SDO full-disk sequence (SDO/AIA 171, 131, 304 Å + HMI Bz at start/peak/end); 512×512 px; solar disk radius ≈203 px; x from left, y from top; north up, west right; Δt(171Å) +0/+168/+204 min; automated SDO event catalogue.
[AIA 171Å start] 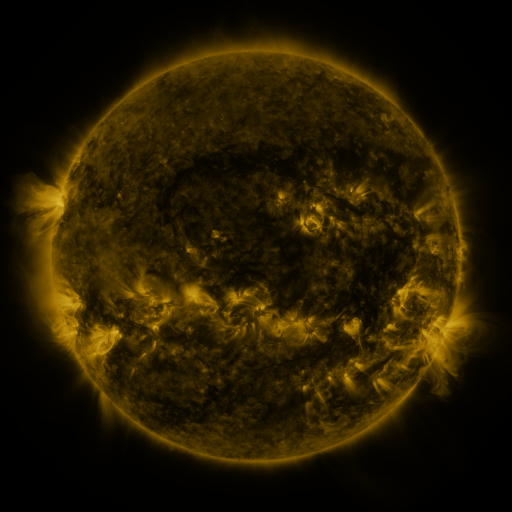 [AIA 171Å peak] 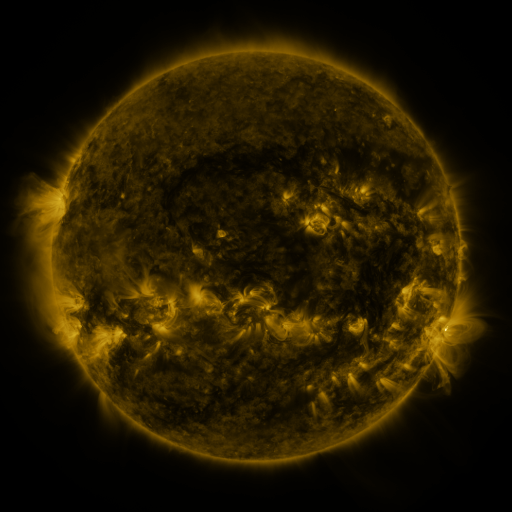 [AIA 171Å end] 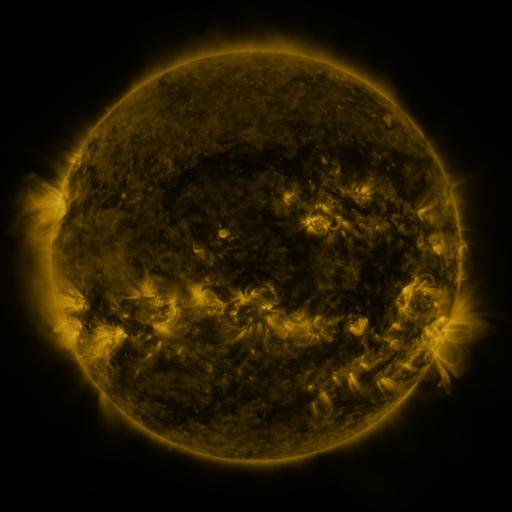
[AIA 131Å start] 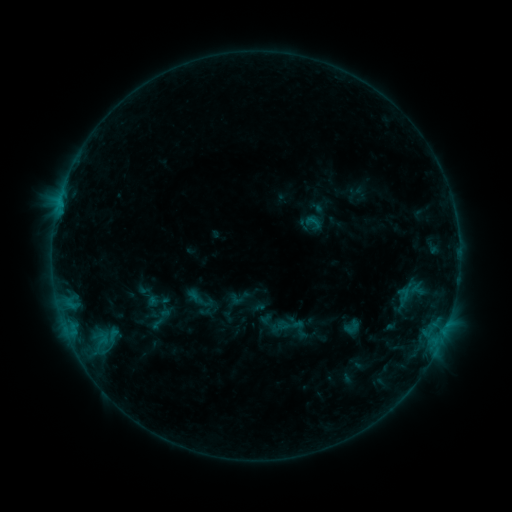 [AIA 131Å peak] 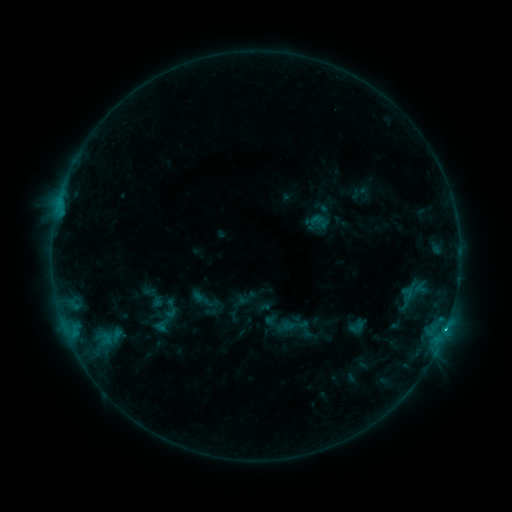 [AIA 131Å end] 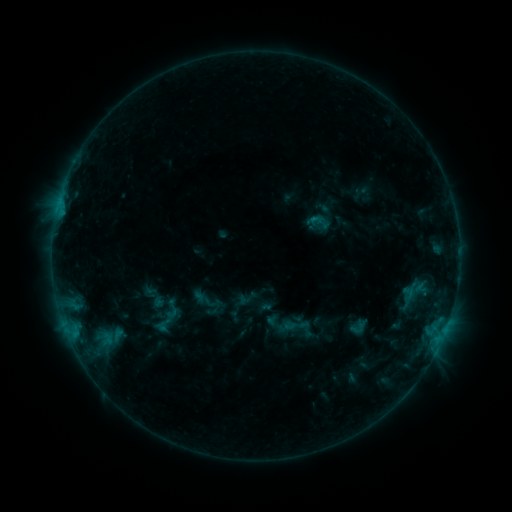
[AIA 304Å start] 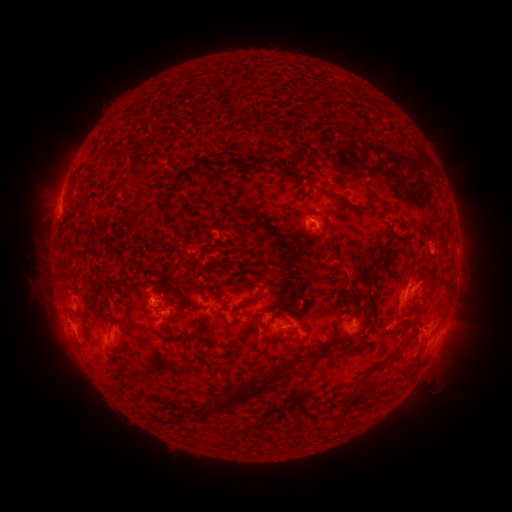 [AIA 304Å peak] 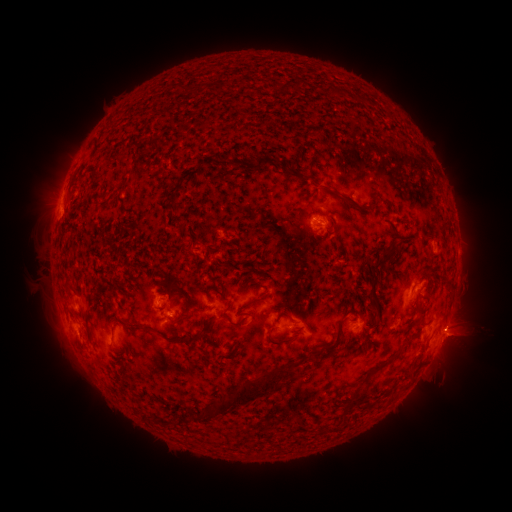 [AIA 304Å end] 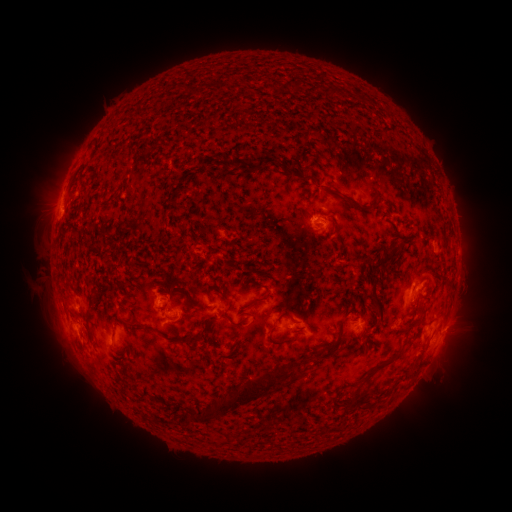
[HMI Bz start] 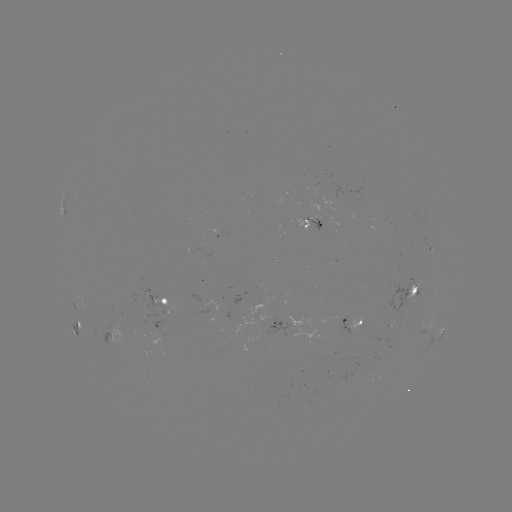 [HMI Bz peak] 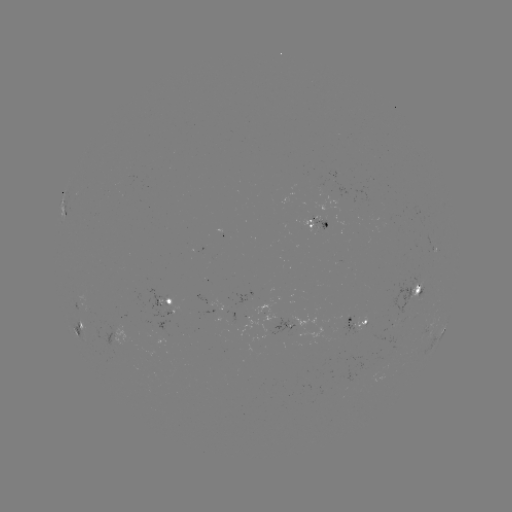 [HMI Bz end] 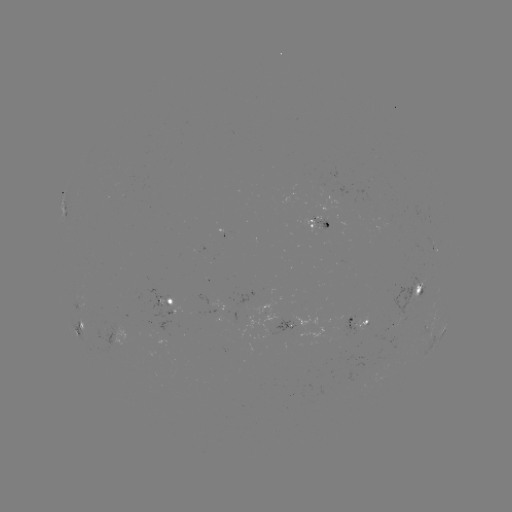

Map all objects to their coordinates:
emerging-flux region: (324, 220)
